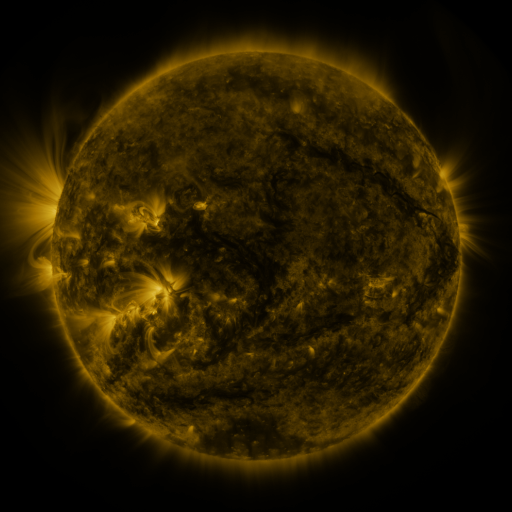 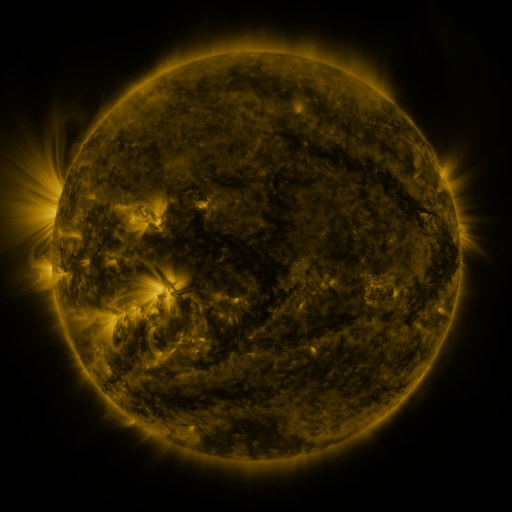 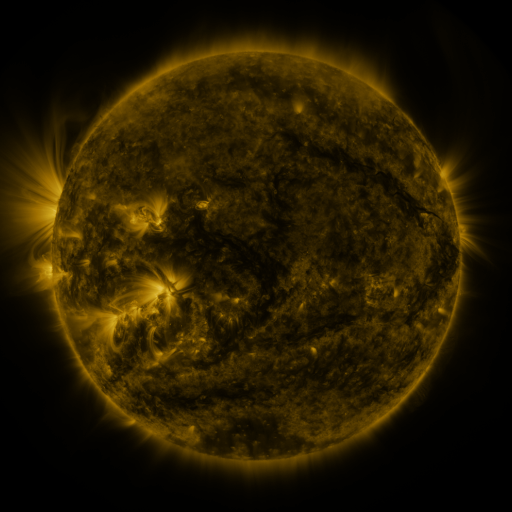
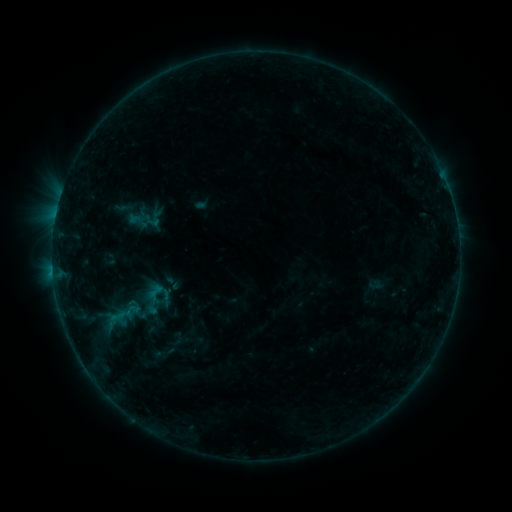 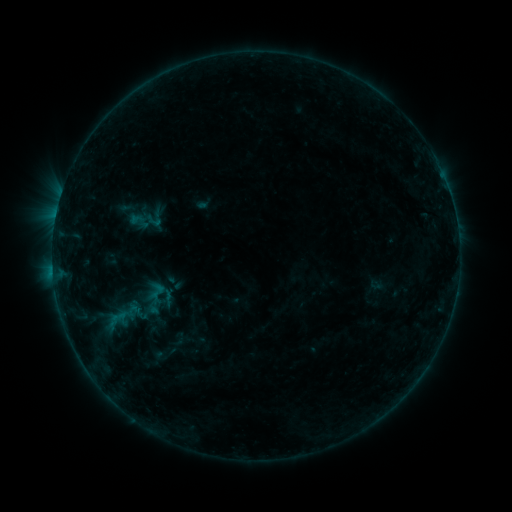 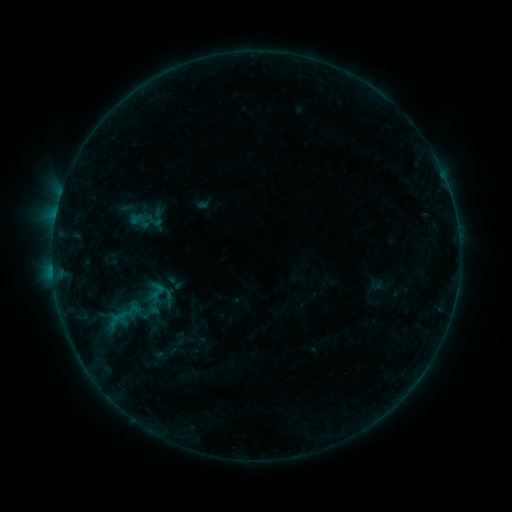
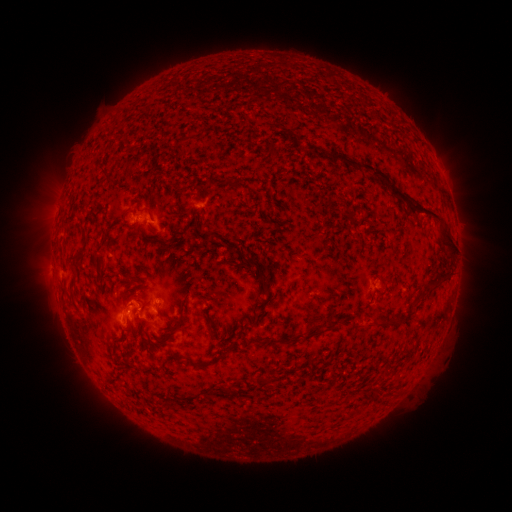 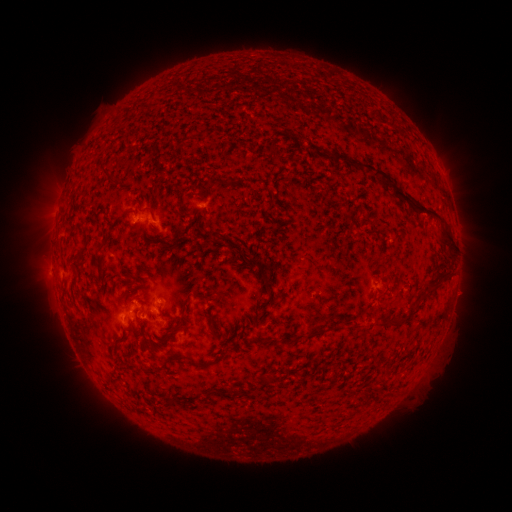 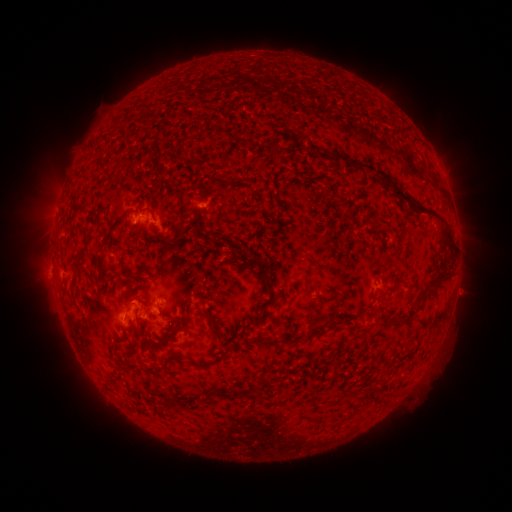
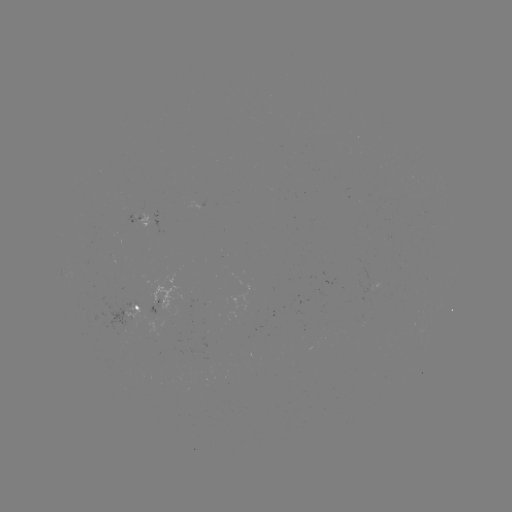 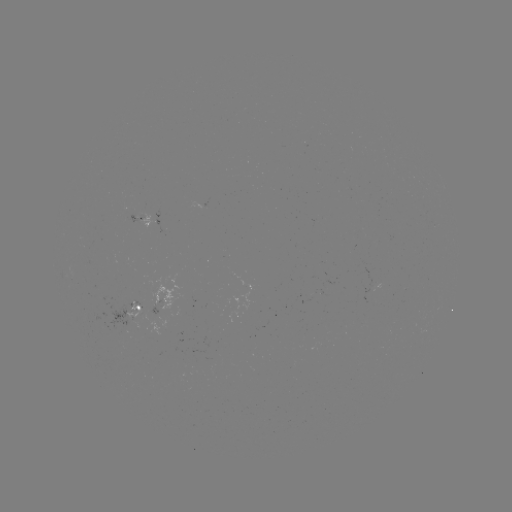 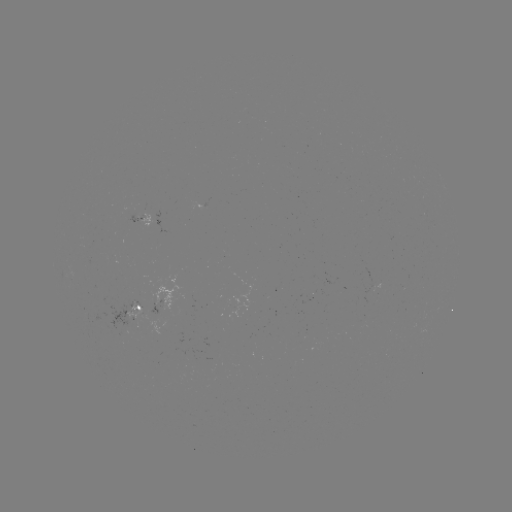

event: emerging-flux region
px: (135, 310)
